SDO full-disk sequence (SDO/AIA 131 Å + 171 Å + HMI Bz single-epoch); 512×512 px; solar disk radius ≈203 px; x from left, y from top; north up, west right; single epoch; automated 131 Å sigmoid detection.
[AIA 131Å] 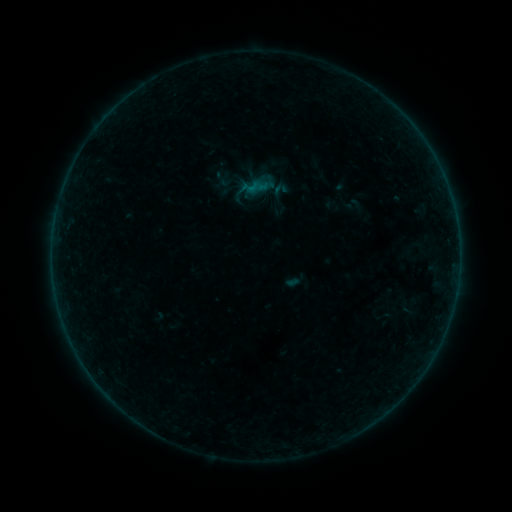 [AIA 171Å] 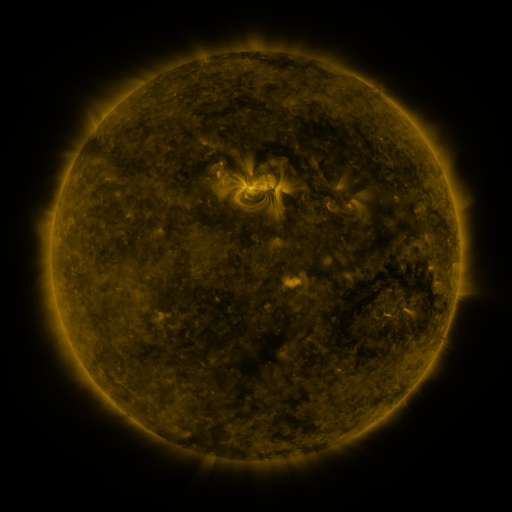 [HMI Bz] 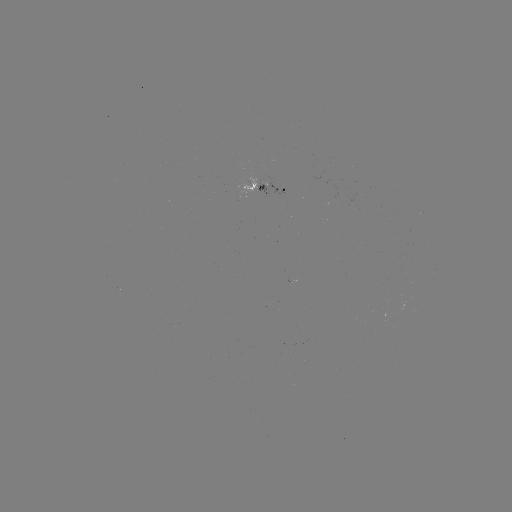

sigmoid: [216, 171, 233, 188]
